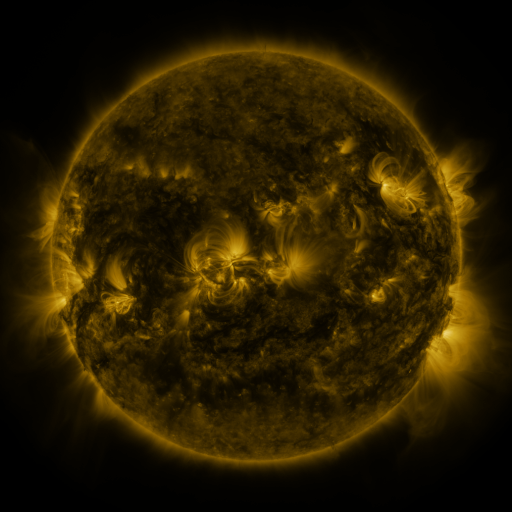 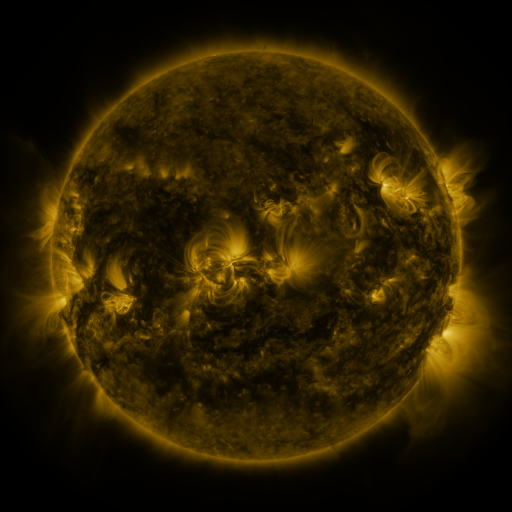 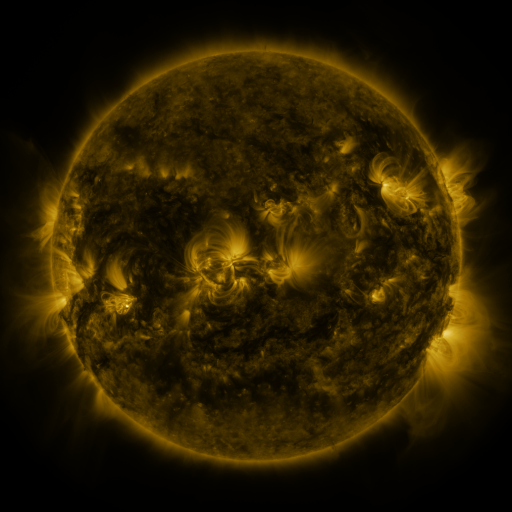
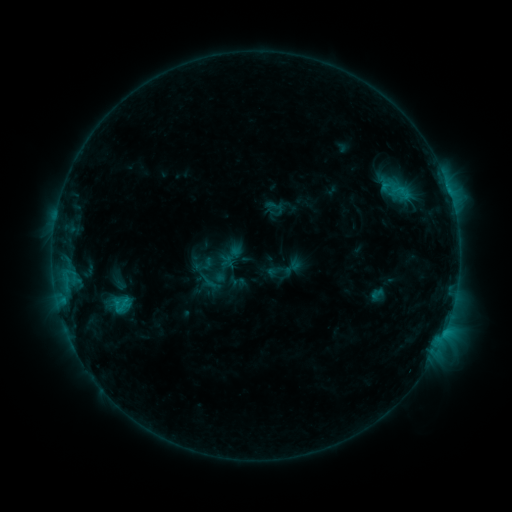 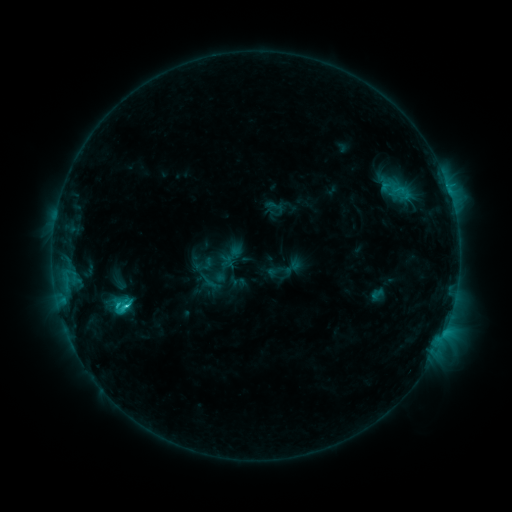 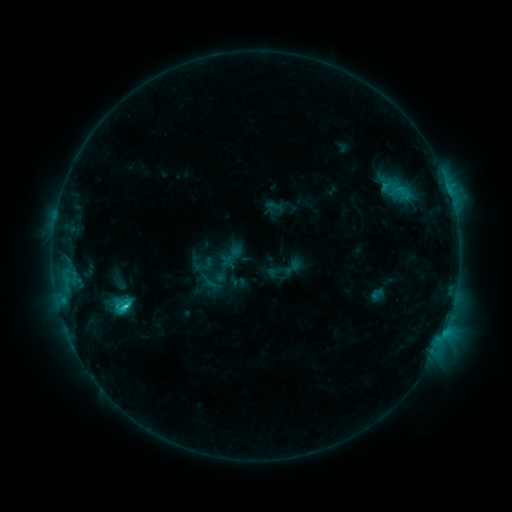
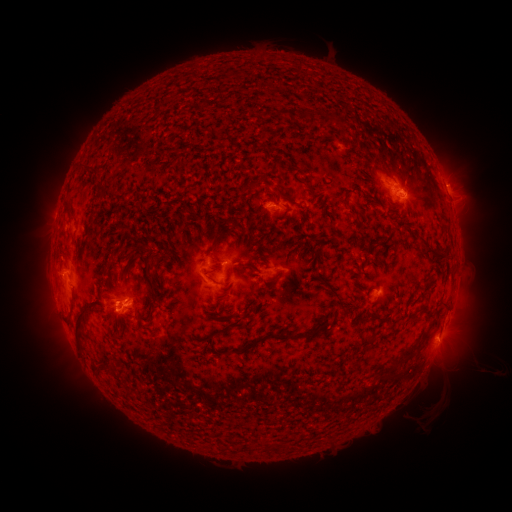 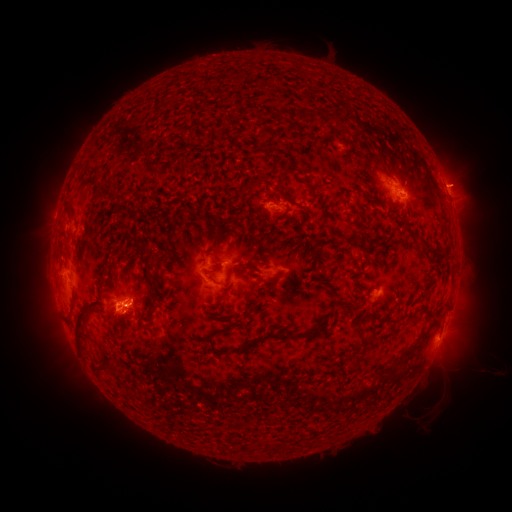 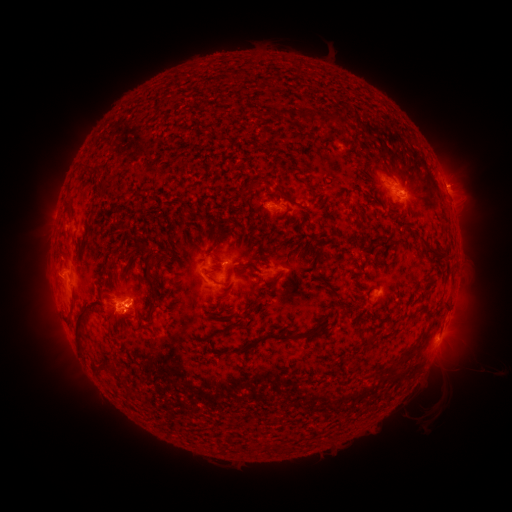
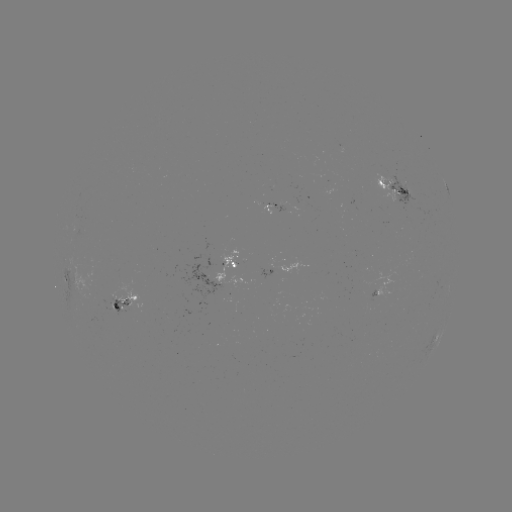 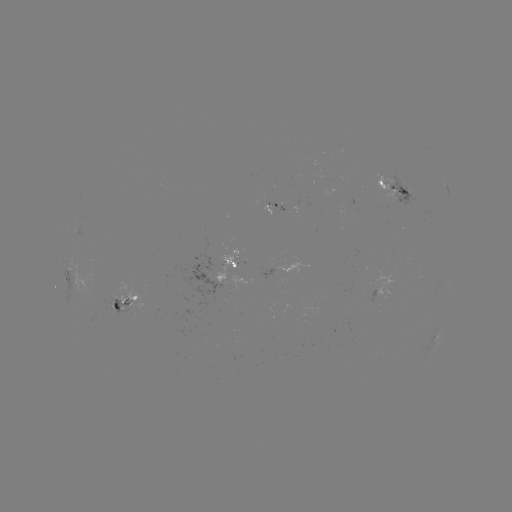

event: flare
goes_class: C2.8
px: (127, 303)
